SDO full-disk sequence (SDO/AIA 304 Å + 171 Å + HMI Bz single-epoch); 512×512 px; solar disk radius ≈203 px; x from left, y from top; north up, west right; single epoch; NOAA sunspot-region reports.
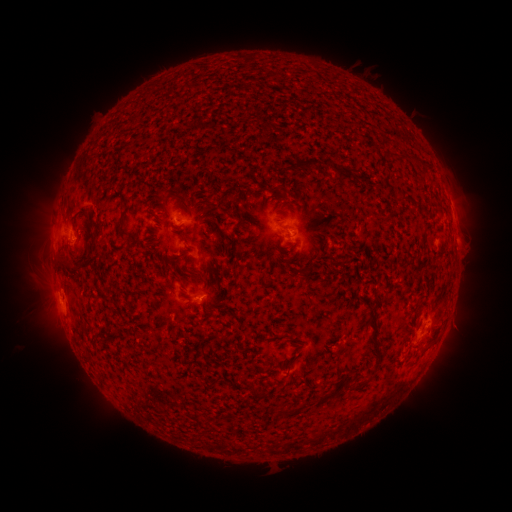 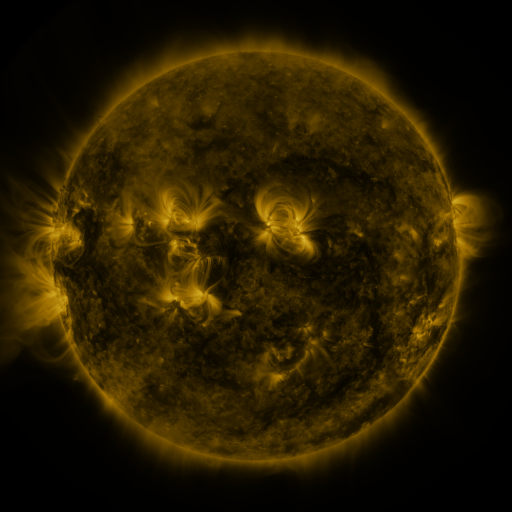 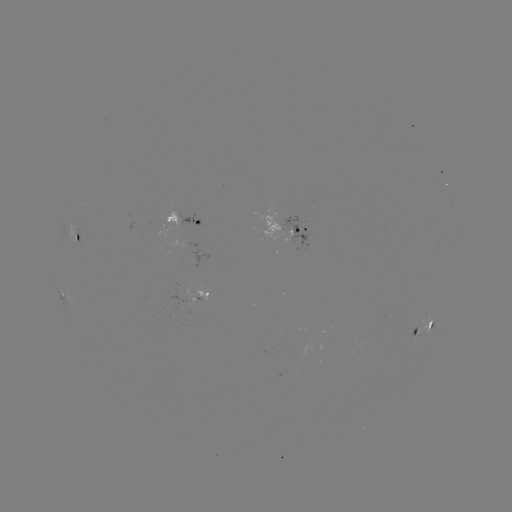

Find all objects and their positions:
spotted active region: (451, 201)
spotted active region: (195, 222)
spotted active region: (303, 229)
spotted active region: (78, 235)
spotted active region: (63, 294)
spotted active region: (189, 296)
spotted active region: (426, 326)
spotted active region: (296, 368)
